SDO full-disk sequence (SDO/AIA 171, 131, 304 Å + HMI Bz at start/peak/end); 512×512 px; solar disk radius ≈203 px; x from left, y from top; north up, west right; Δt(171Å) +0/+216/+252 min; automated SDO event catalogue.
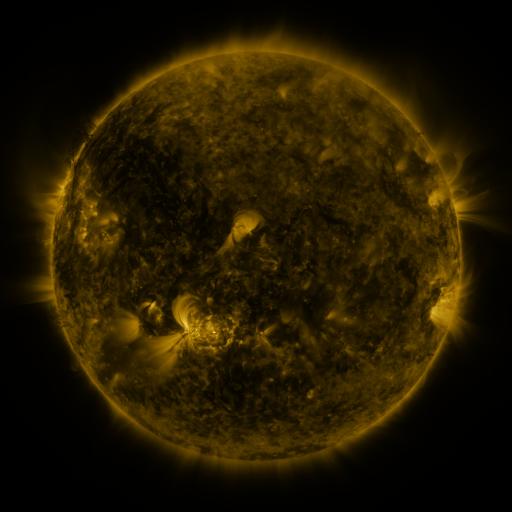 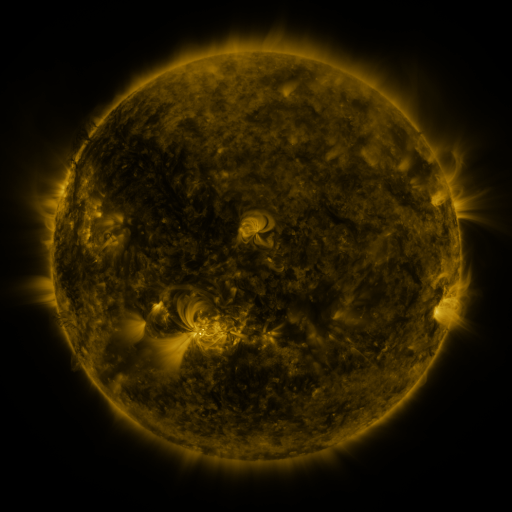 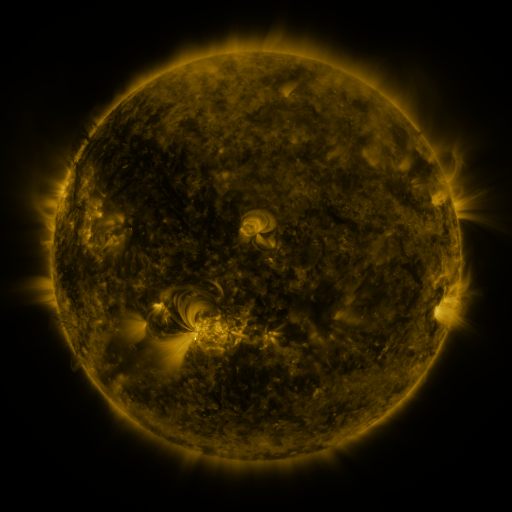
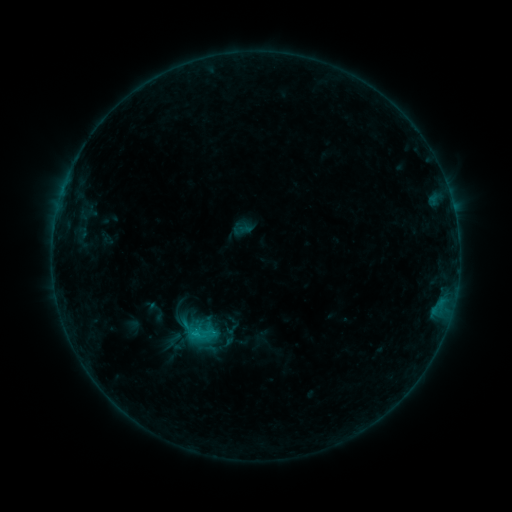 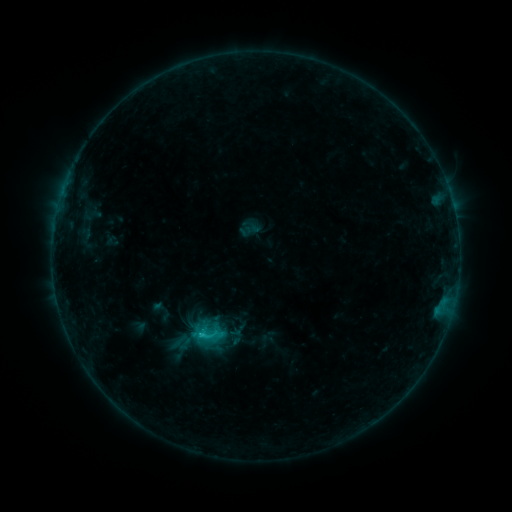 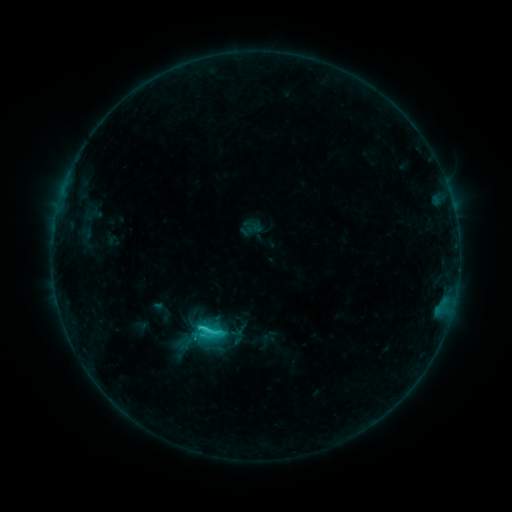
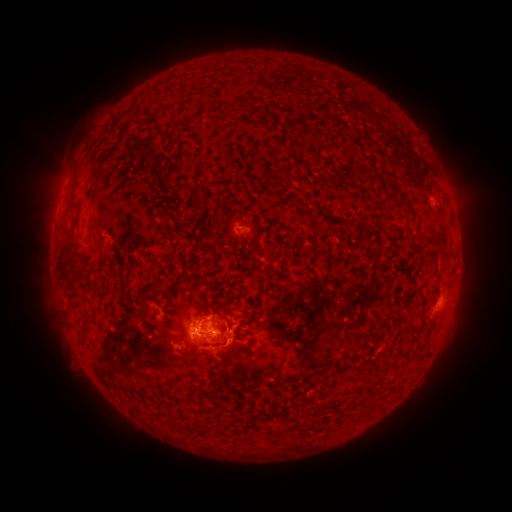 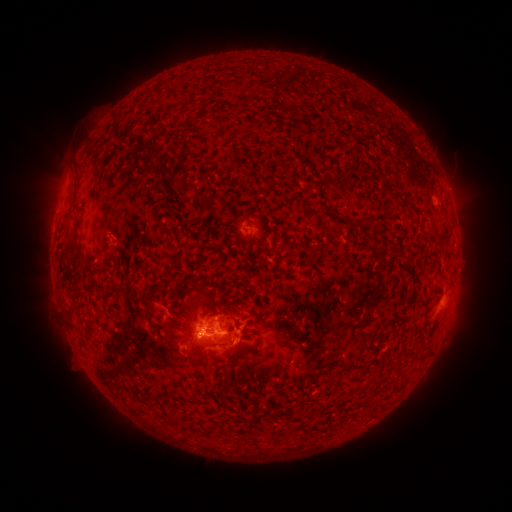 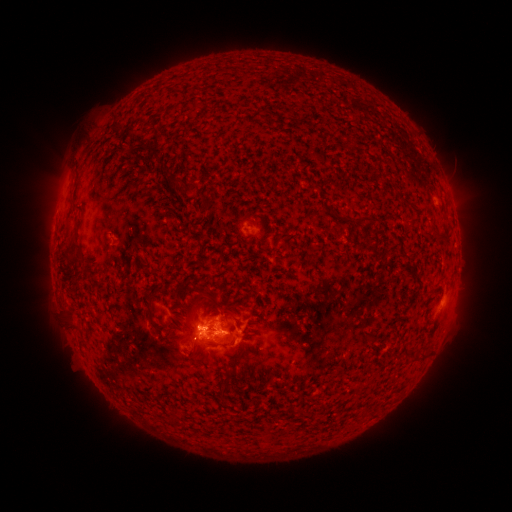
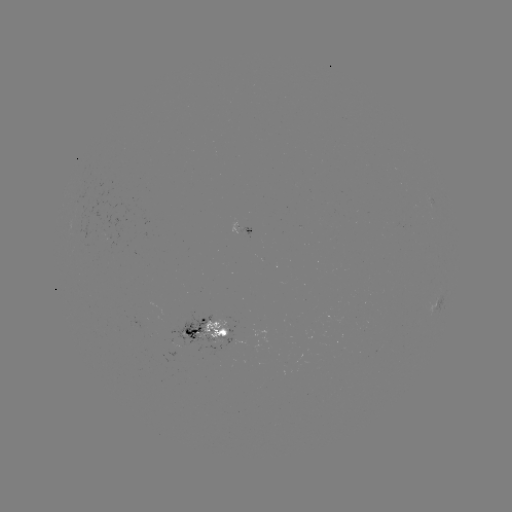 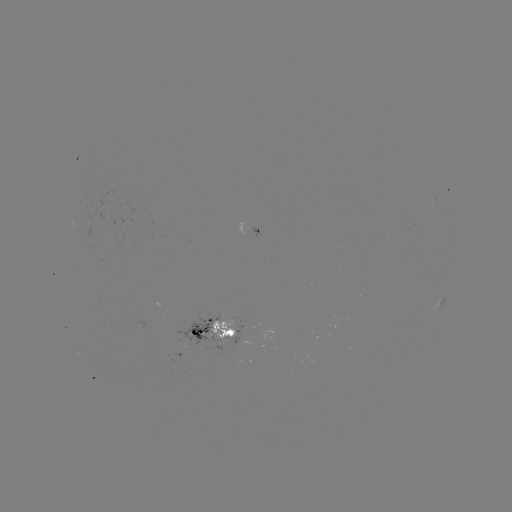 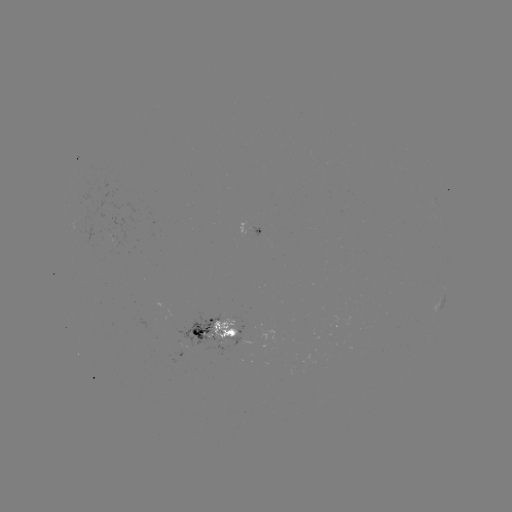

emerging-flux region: (200, 316, 245, 339)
